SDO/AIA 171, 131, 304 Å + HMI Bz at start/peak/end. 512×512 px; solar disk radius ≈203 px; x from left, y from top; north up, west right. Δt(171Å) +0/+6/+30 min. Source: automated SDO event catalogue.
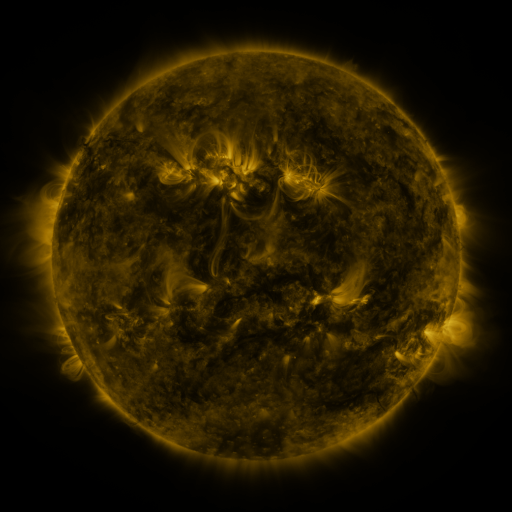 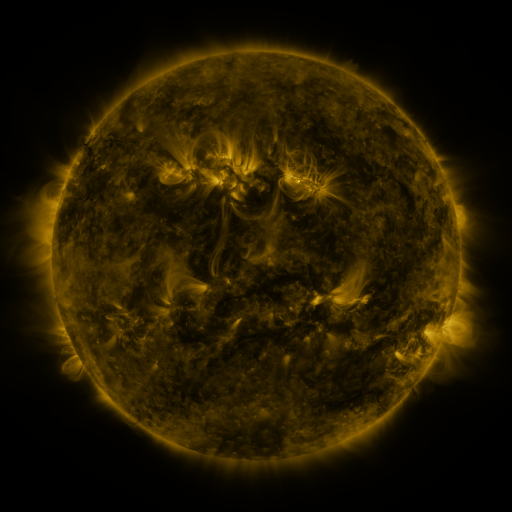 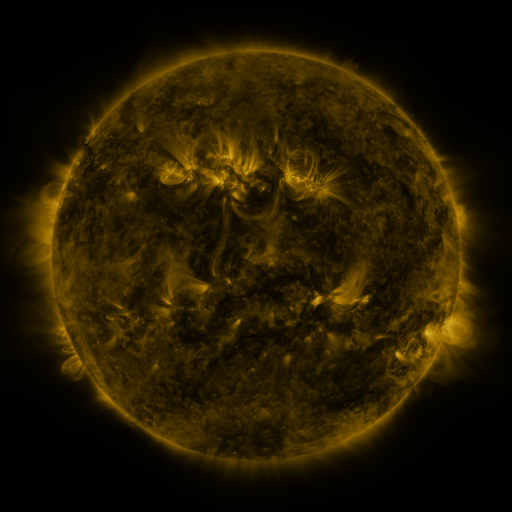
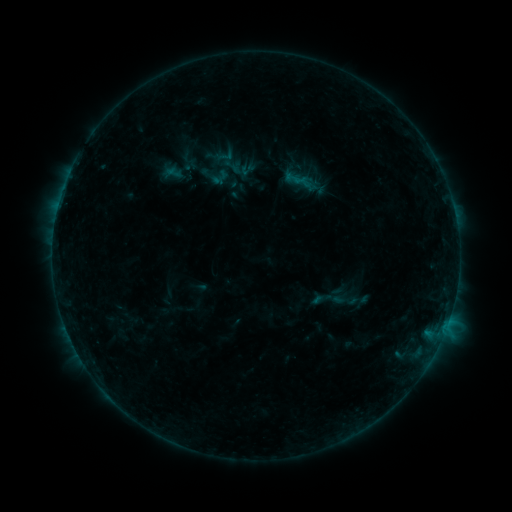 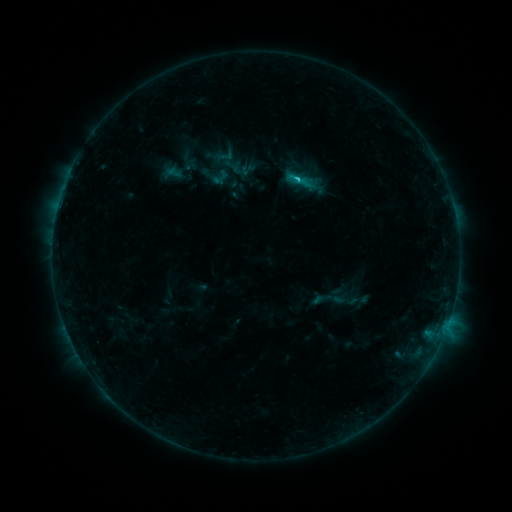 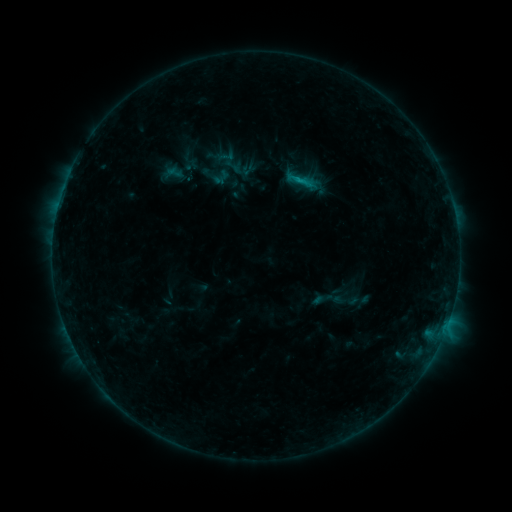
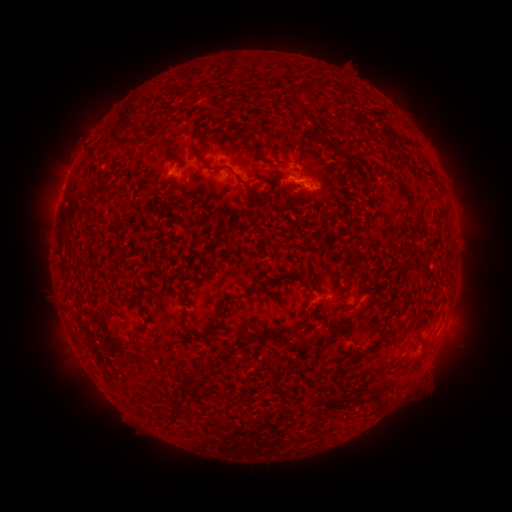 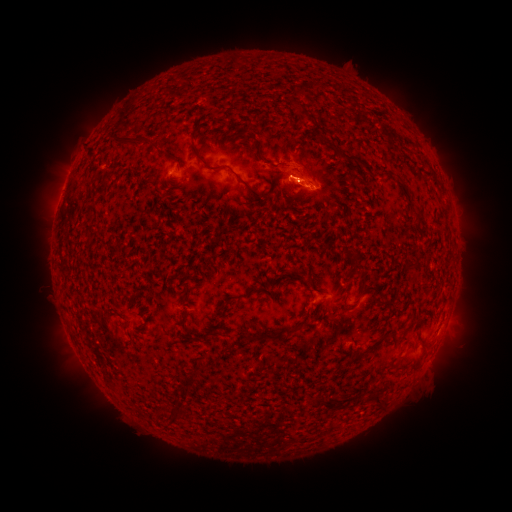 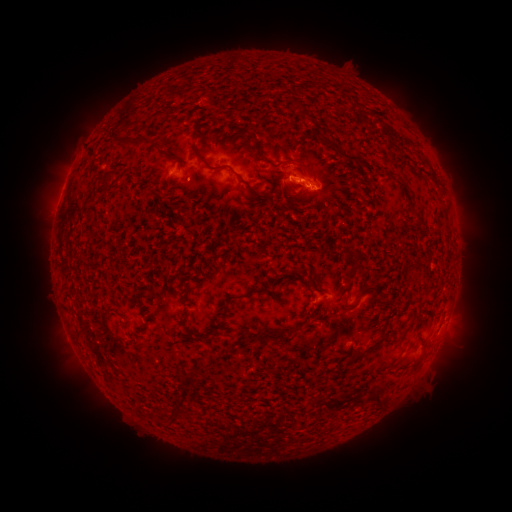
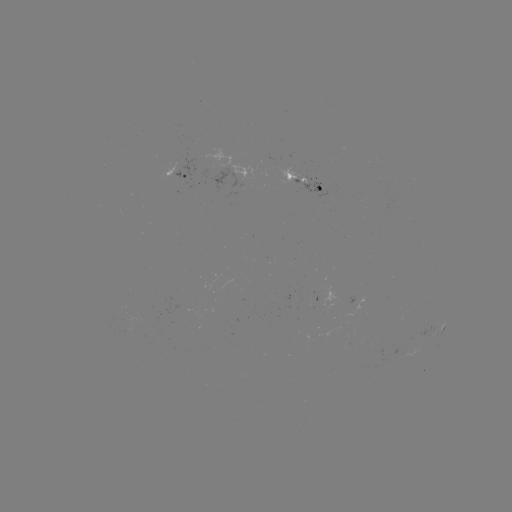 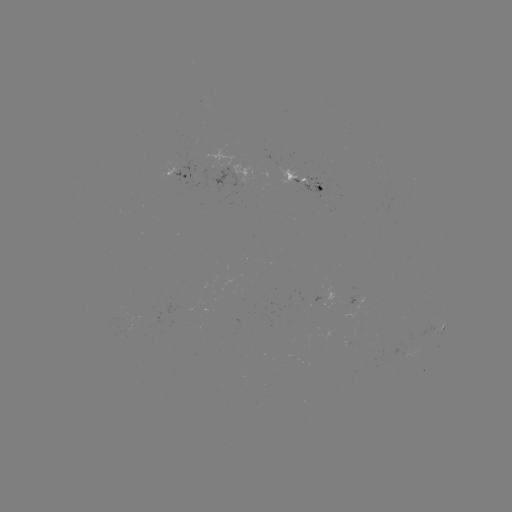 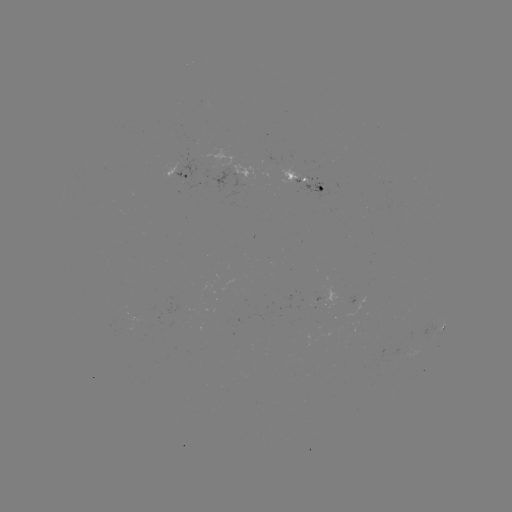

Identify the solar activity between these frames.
C1.2 flare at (296, 182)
